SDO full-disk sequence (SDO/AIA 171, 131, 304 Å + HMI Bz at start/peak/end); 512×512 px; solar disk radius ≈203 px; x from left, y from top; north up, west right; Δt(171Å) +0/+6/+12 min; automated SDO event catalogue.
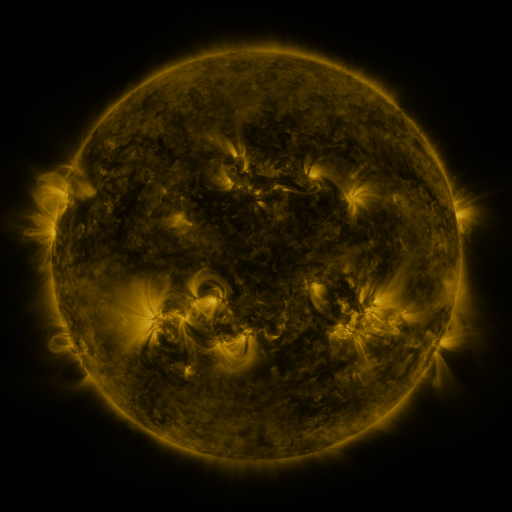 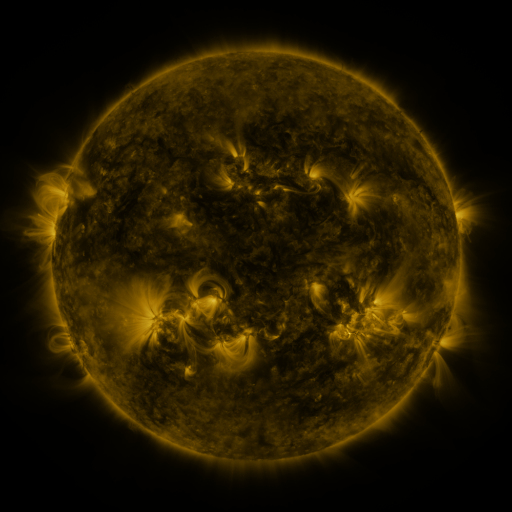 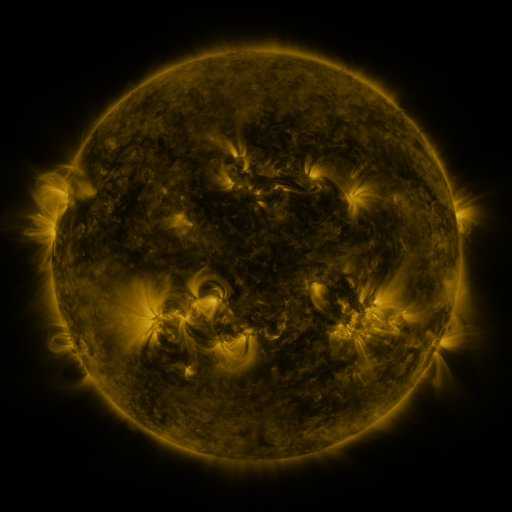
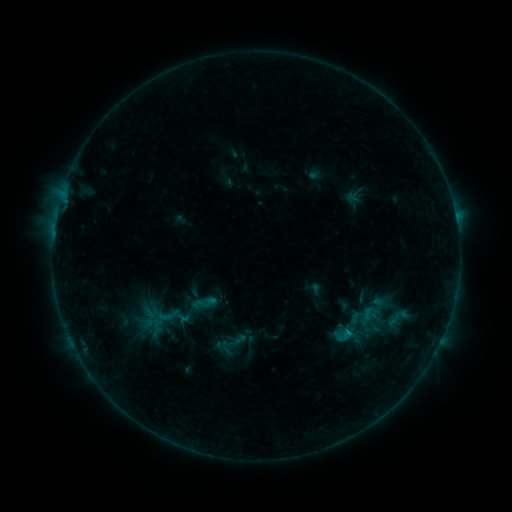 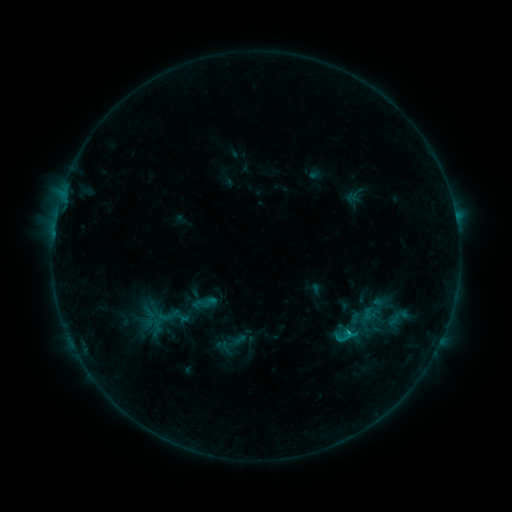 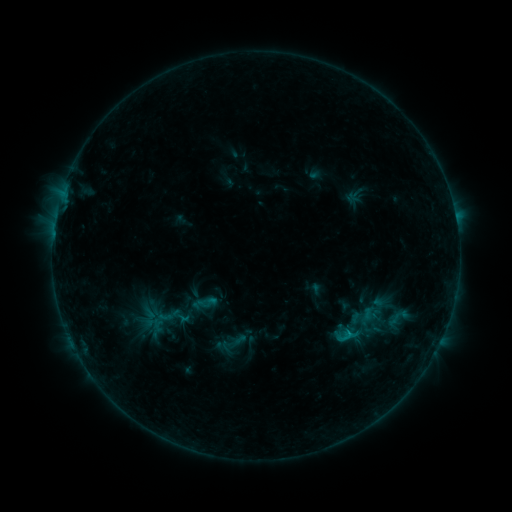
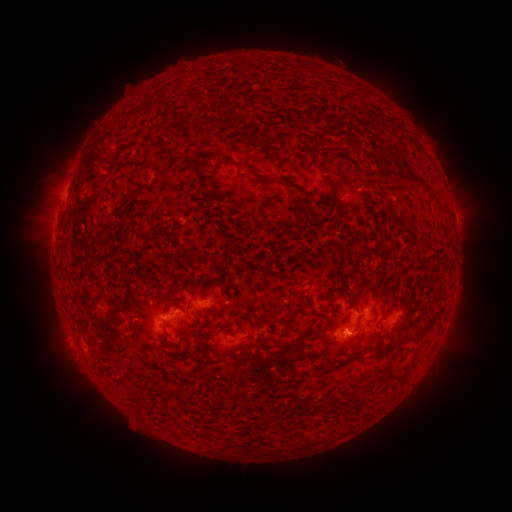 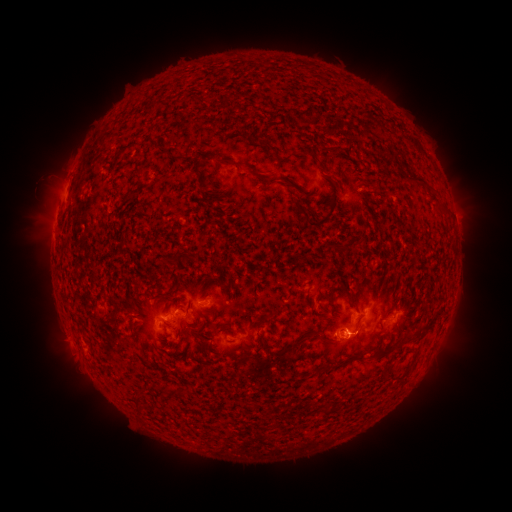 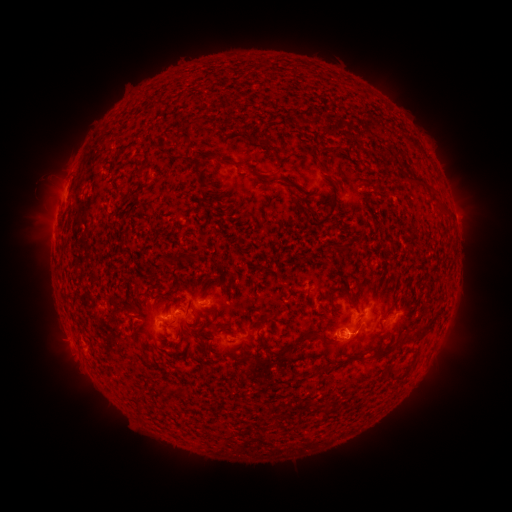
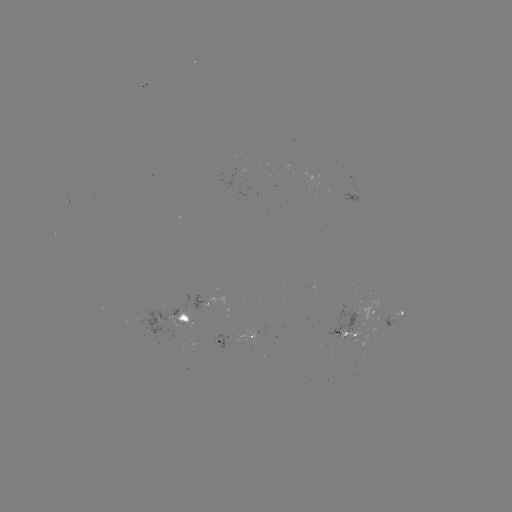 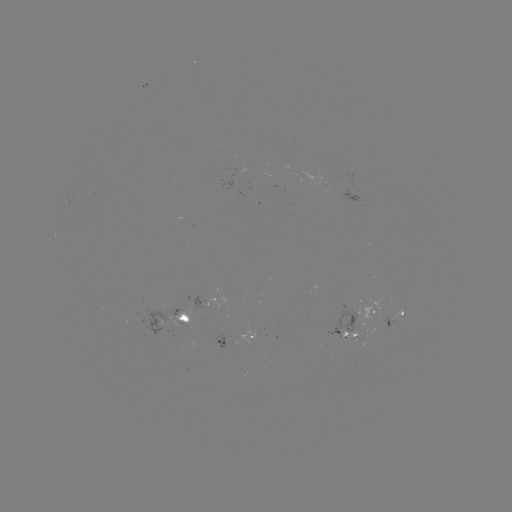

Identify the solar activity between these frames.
B7.5 flare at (348, 330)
